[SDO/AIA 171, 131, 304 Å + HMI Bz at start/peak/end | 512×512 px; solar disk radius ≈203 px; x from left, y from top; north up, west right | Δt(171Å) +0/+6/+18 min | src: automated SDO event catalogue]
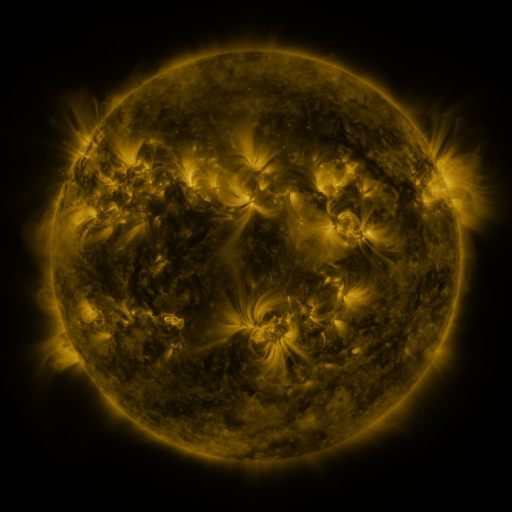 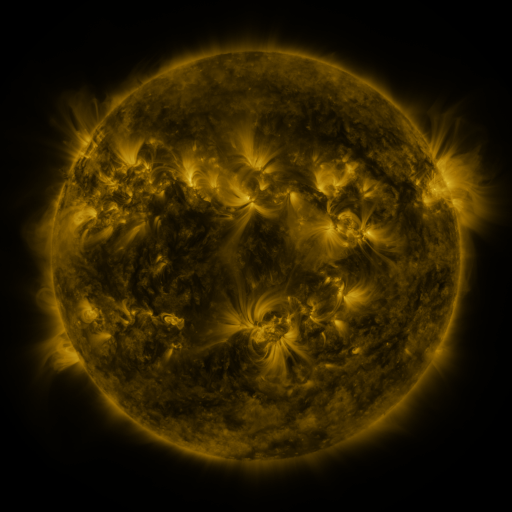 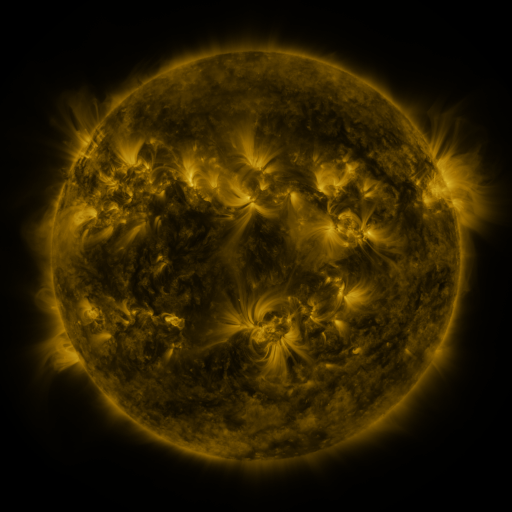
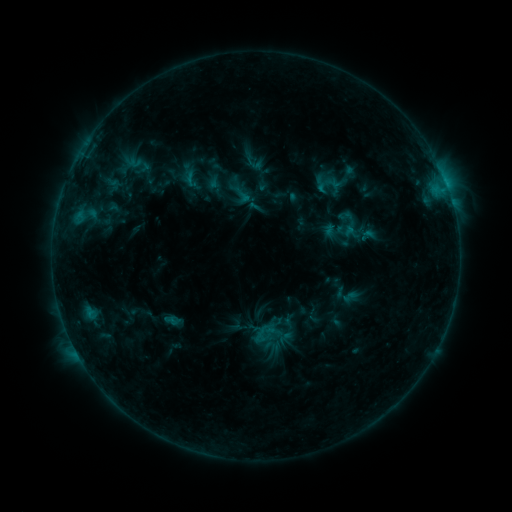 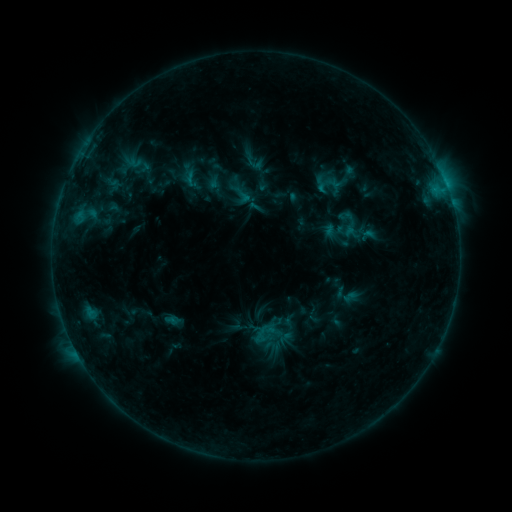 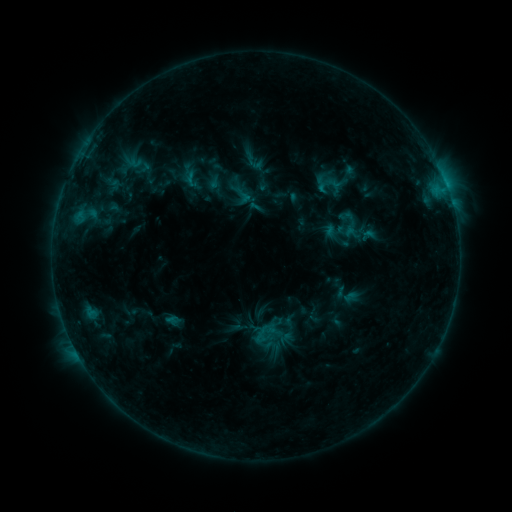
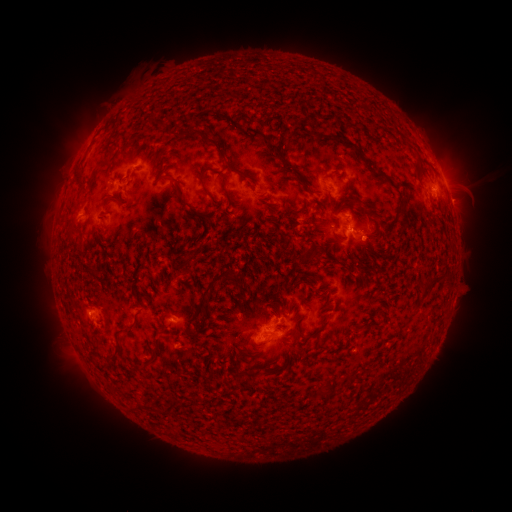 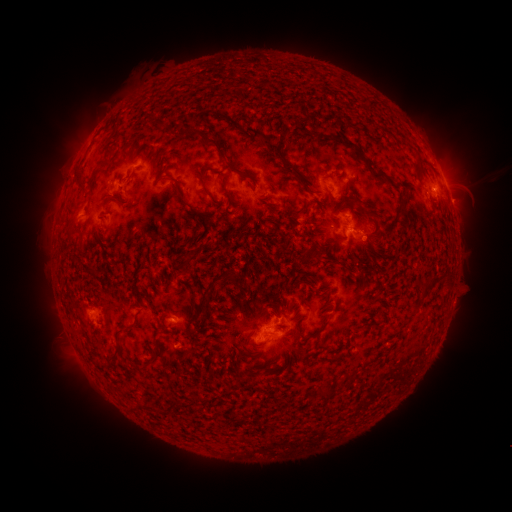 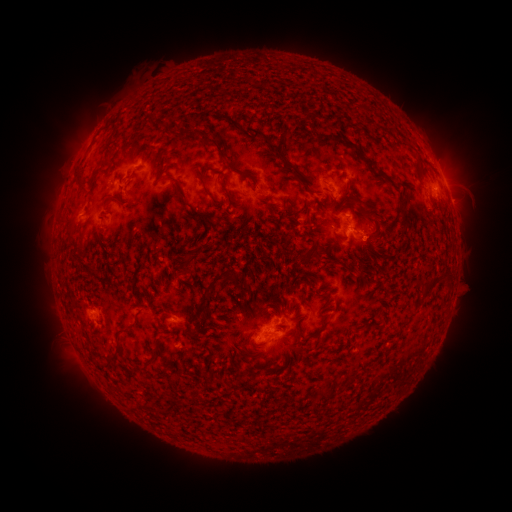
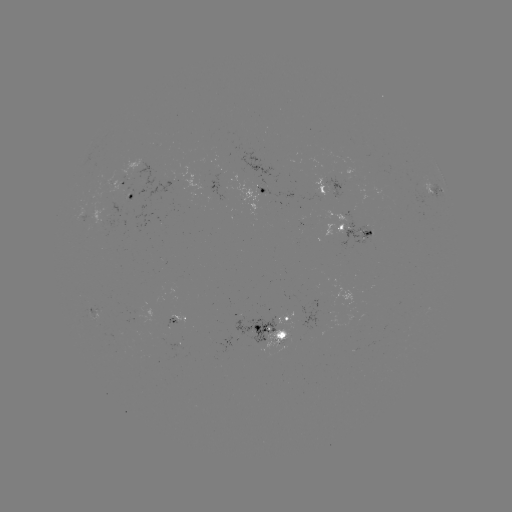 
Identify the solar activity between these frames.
eruption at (463, 173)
